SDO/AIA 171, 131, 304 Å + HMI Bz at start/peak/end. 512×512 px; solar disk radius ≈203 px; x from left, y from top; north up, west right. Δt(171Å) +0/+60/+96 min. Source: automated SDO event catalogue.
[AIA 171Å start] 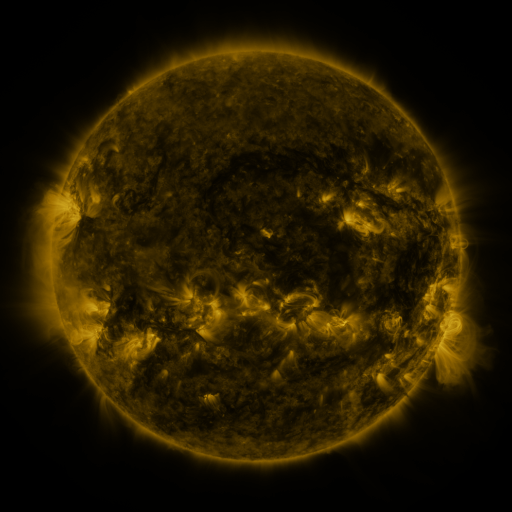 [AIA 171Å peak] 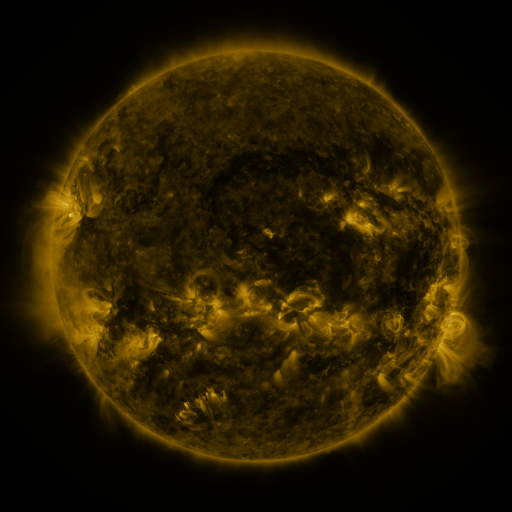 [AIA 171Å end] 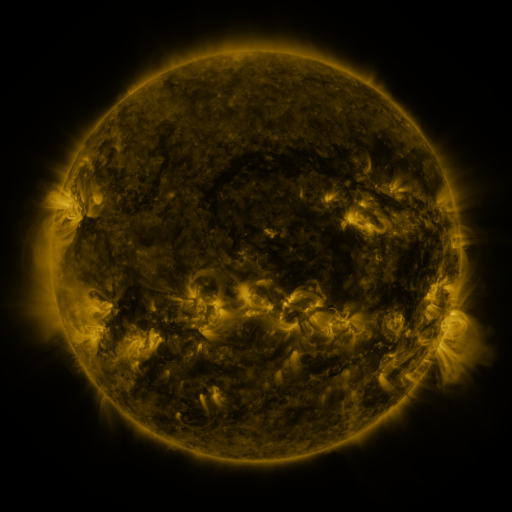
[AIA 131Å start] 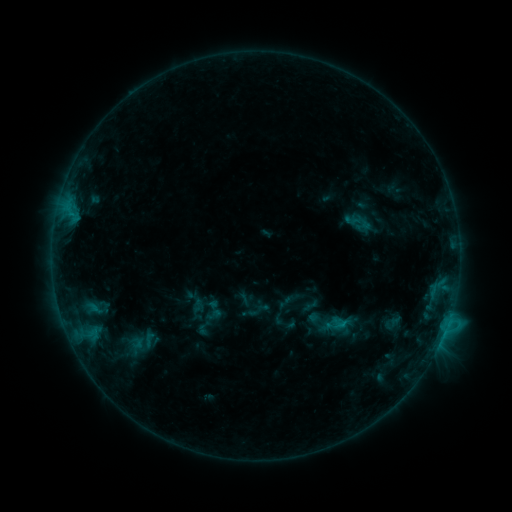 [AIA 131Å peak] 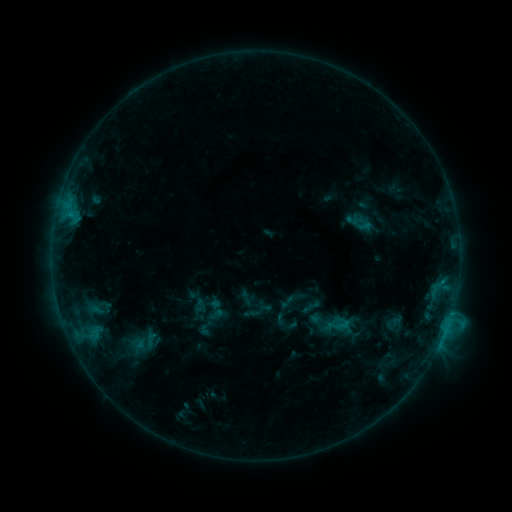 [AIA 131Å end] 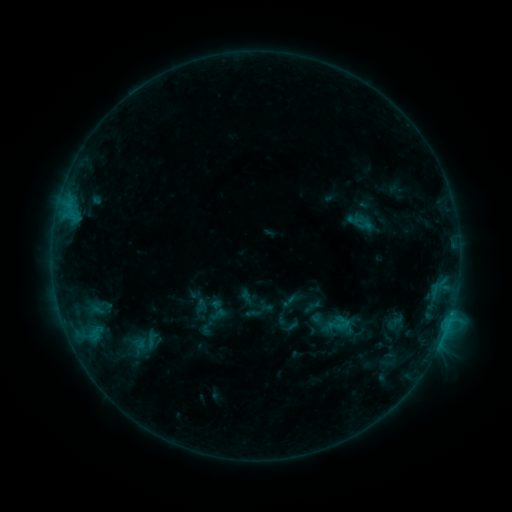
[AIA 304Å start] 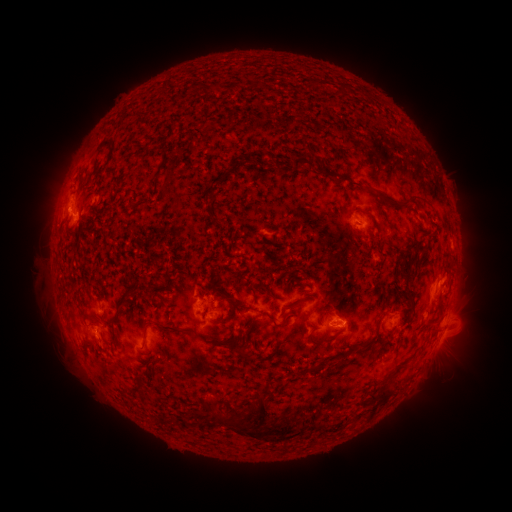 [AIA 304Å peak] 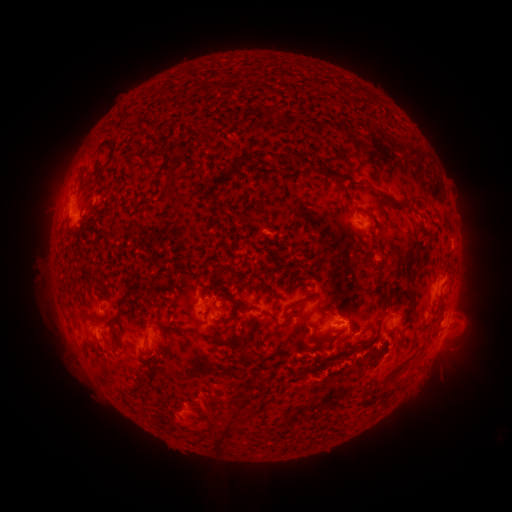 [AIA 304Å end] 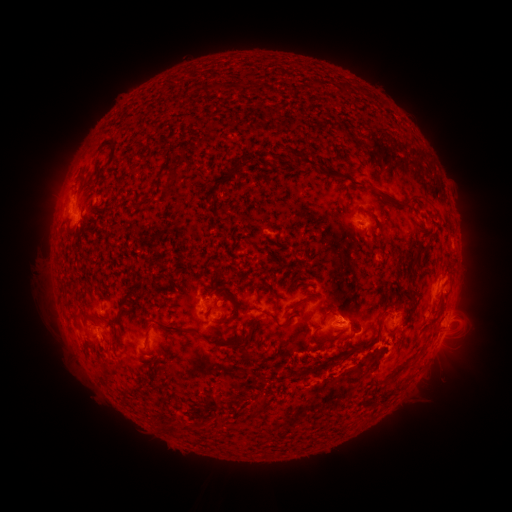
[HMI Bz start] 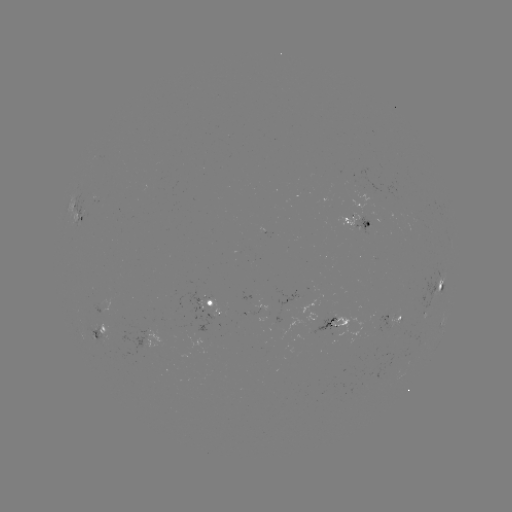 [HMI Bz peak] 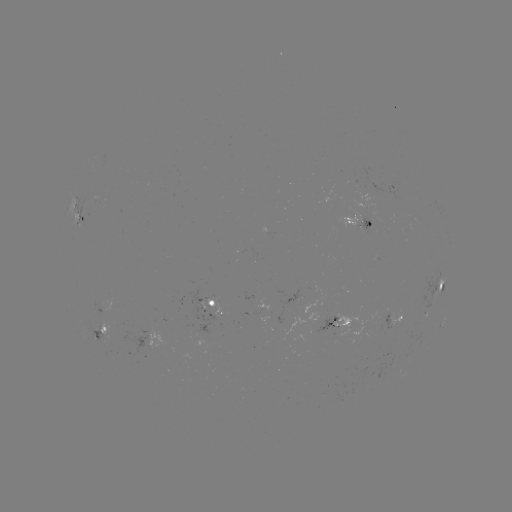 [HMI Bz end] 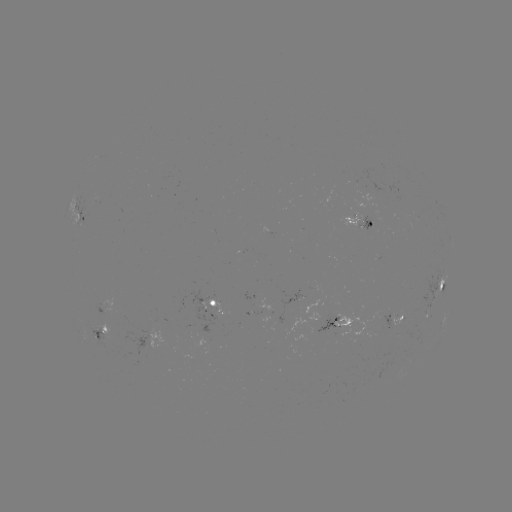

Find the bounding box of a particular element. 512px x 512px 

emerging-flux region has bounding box [302, 295, 318, 319].